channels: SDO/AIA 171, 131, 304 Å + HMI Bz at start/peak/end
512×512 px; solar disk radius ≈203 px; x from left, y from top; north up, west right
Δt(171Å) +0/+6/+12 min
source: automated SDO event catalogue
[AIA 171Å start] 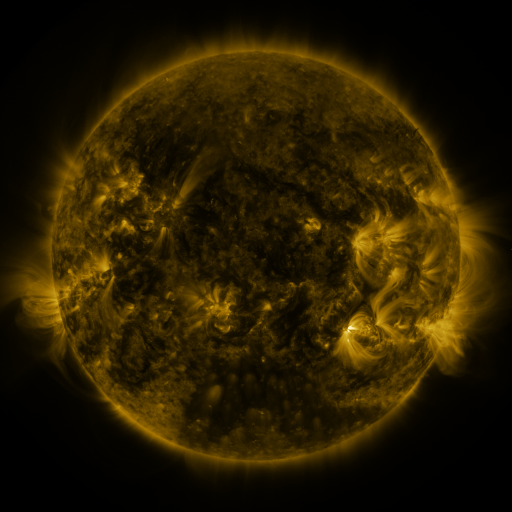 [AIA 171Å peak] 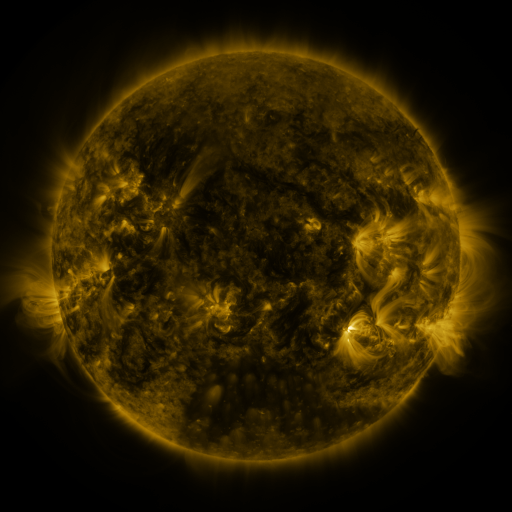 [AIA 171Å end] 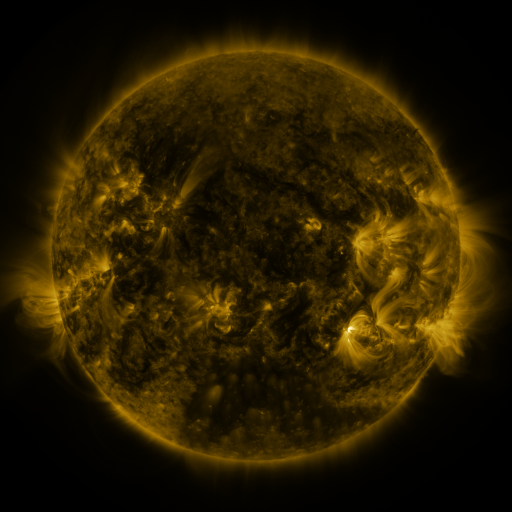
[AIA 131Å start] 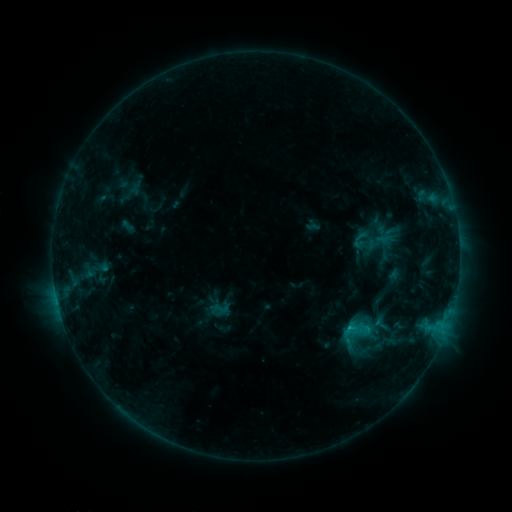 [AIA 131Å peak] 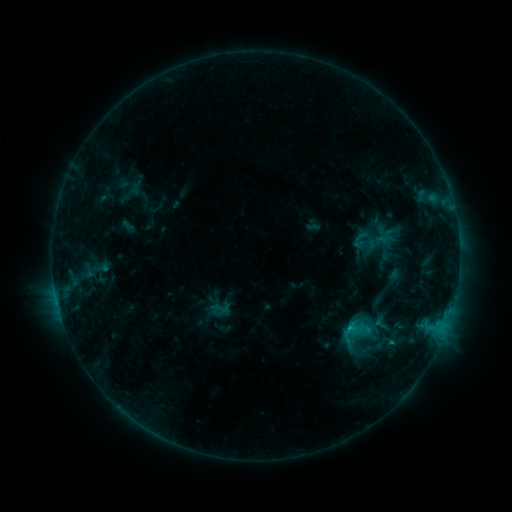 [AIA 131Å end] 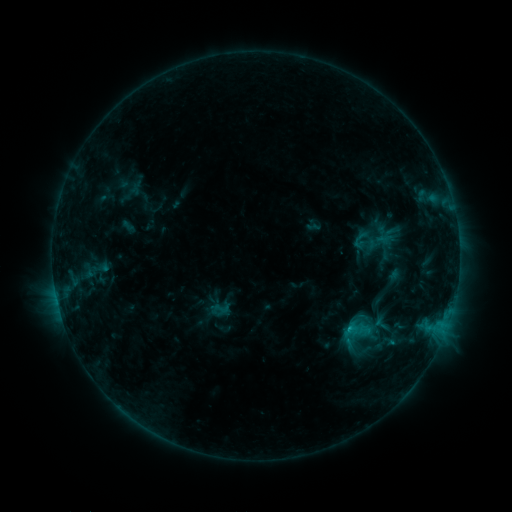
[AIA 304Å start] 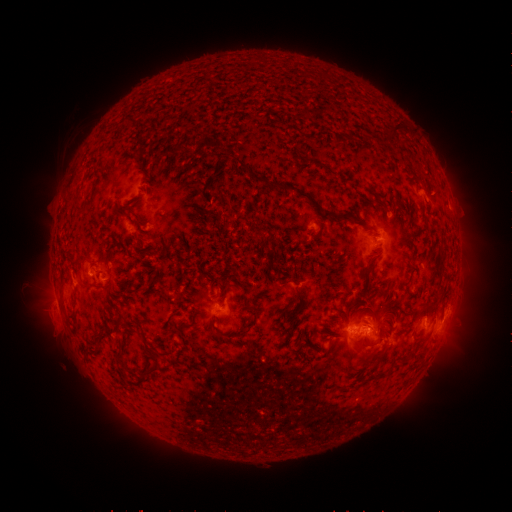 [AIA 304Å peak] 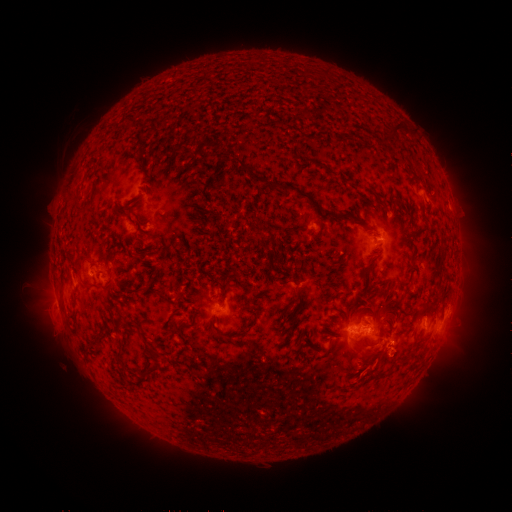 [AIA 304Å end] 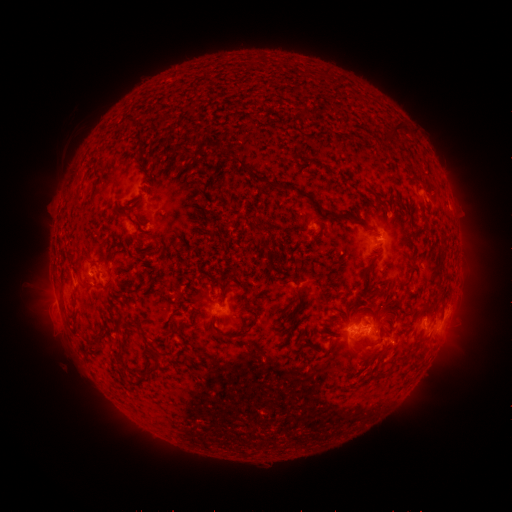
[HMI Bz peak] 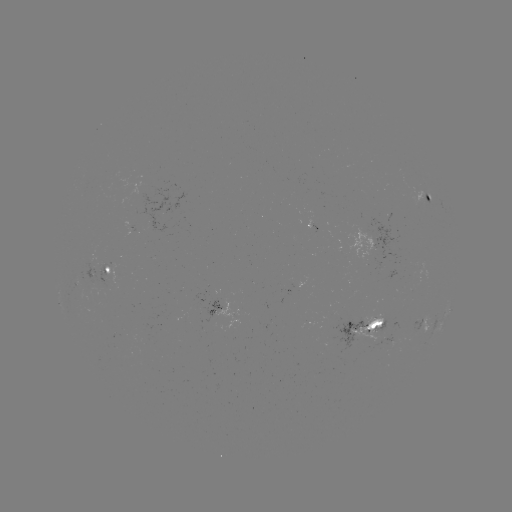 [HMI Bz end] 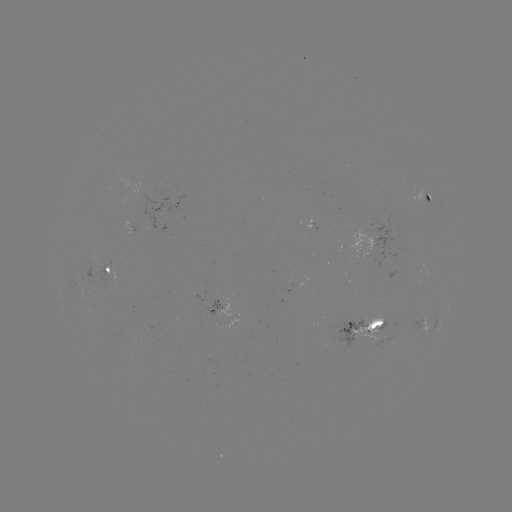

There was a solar eruption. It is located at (394, 363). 